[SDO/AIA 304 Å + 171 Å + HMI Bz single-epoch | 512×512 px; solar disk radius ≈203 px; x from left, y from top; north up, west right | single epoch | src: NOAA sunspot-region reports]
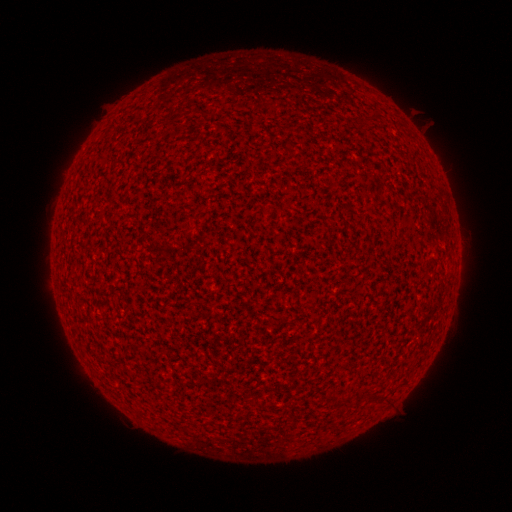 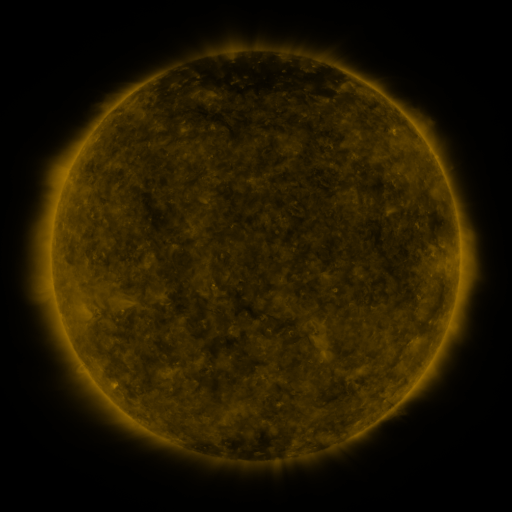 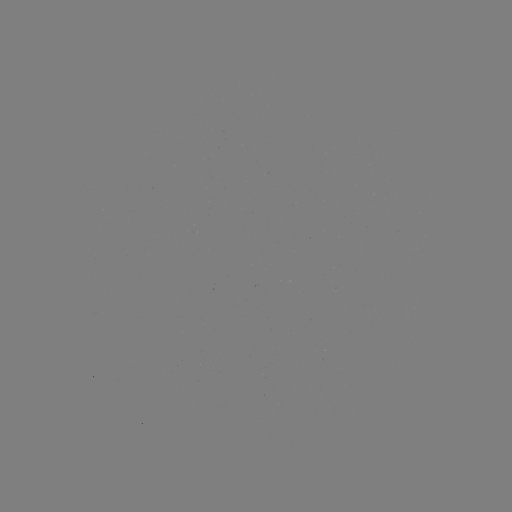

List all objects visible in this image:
(none)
